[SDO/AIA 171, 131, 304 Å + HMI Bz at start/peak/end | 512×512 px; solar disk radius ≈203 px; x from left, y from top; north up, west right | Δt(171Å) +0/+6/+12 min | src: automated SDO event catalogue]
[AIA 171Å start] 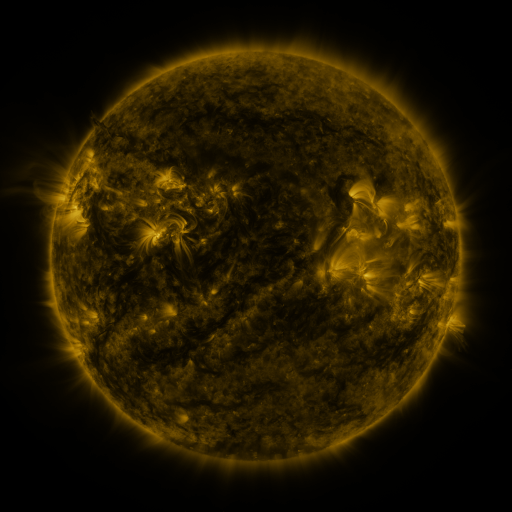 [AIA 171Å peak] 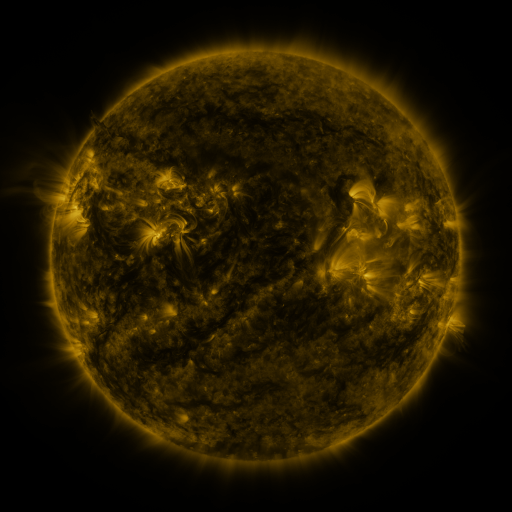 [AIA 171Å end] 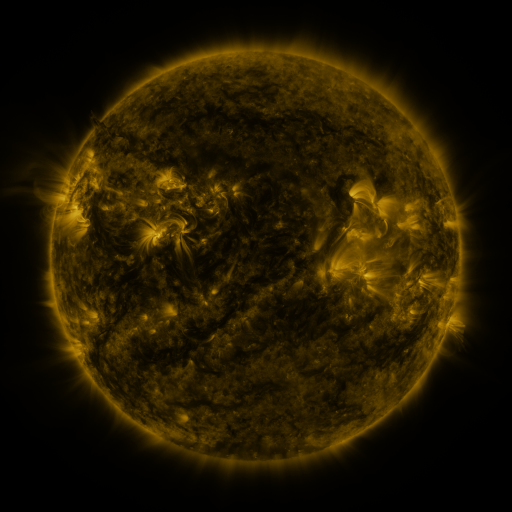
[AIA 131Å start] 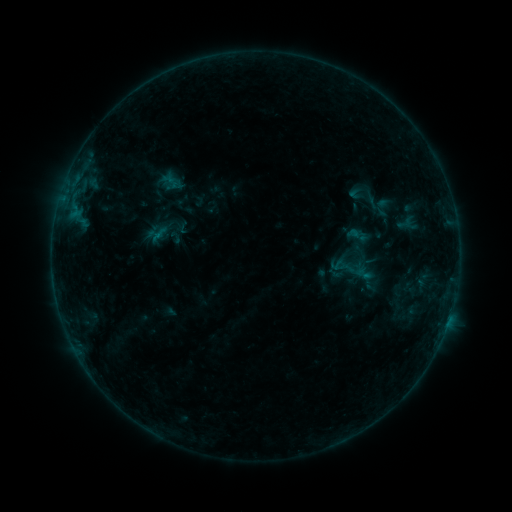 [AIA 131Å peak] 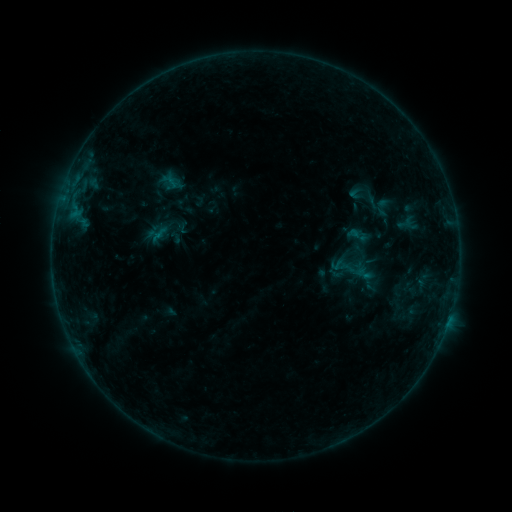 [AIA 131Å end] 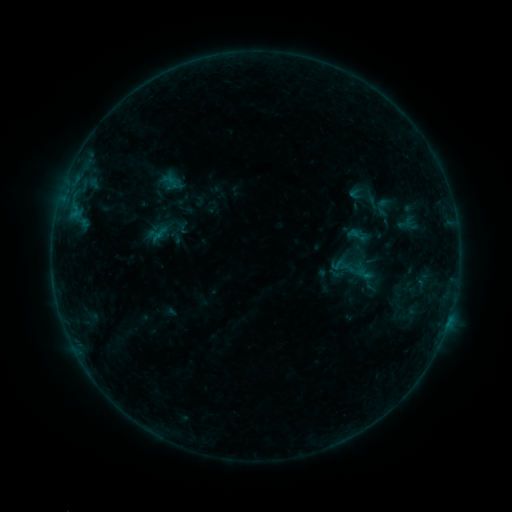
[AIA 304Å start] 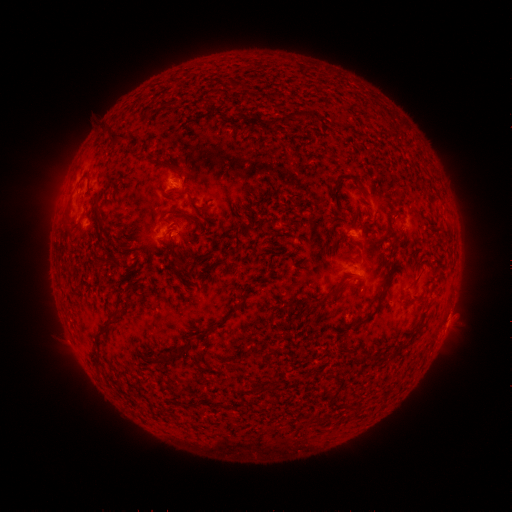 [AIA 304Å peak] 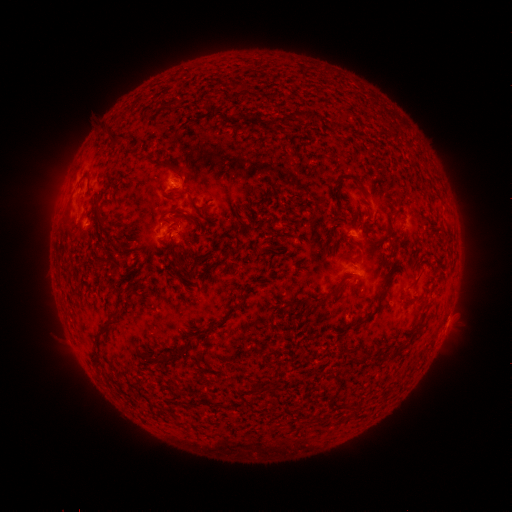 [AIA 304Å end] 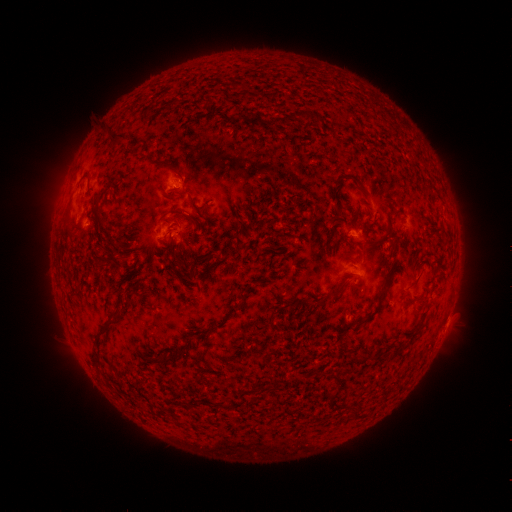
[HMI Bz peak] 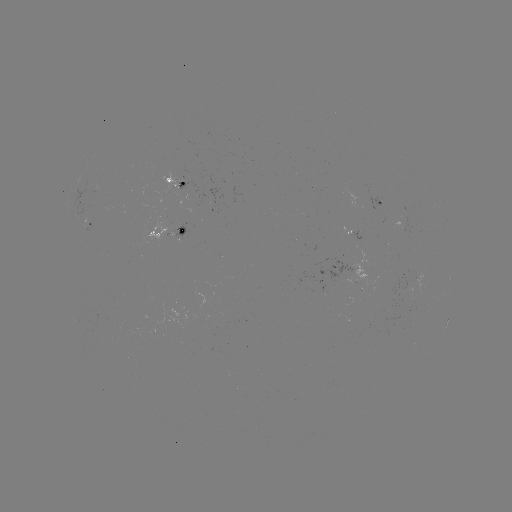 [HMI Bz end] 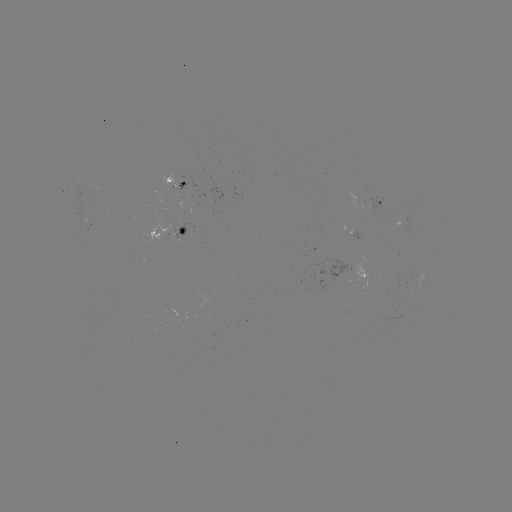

no flare in any classed list; no EUV-trigger detection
